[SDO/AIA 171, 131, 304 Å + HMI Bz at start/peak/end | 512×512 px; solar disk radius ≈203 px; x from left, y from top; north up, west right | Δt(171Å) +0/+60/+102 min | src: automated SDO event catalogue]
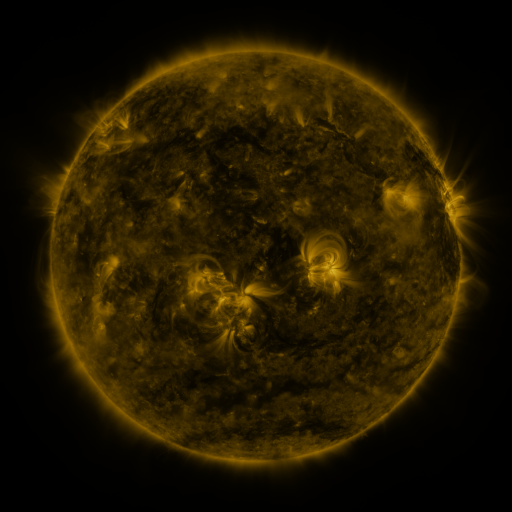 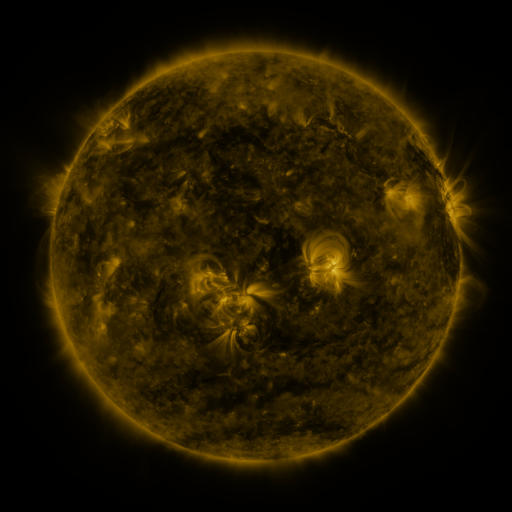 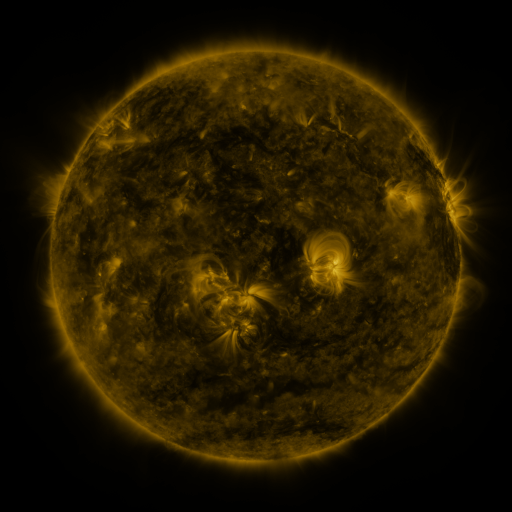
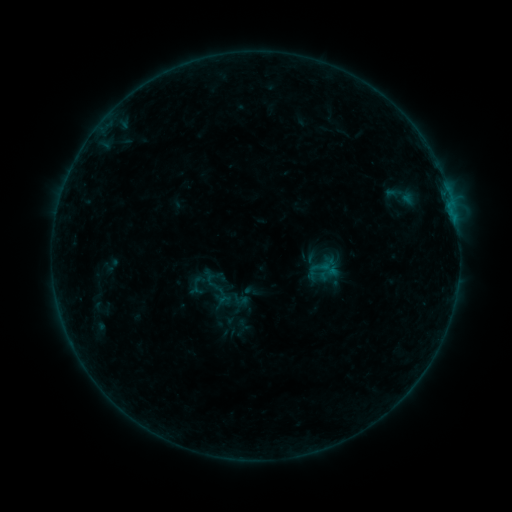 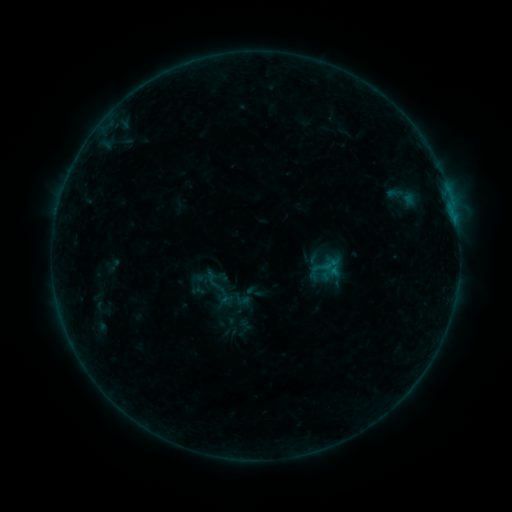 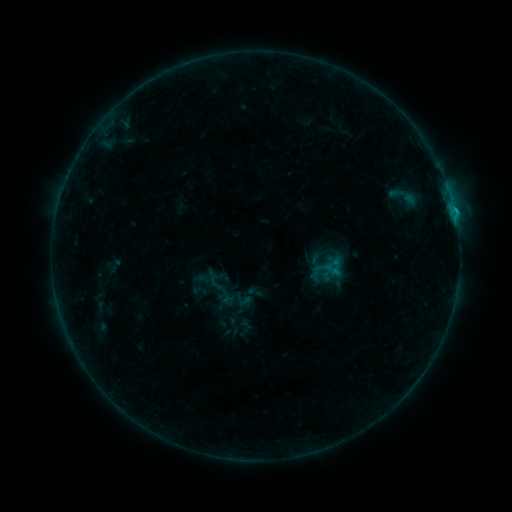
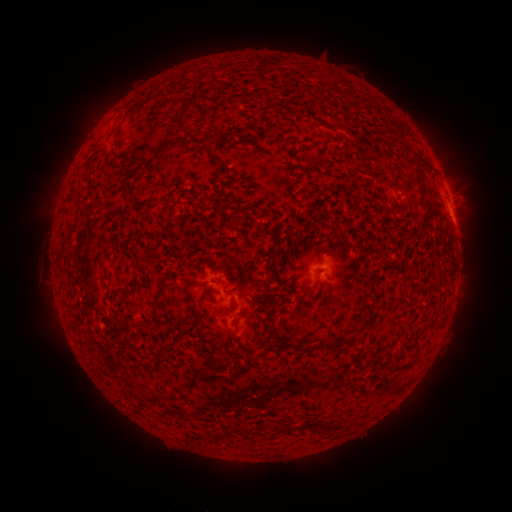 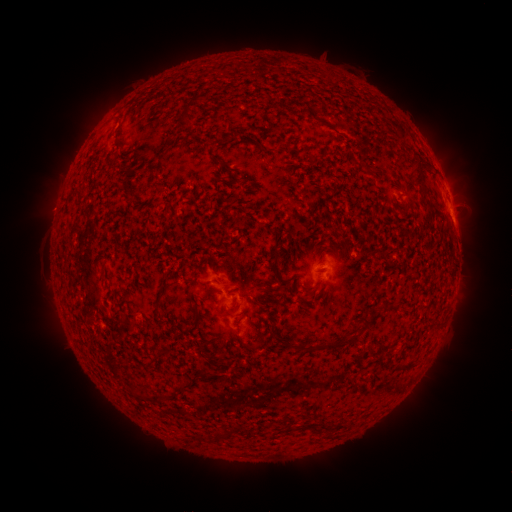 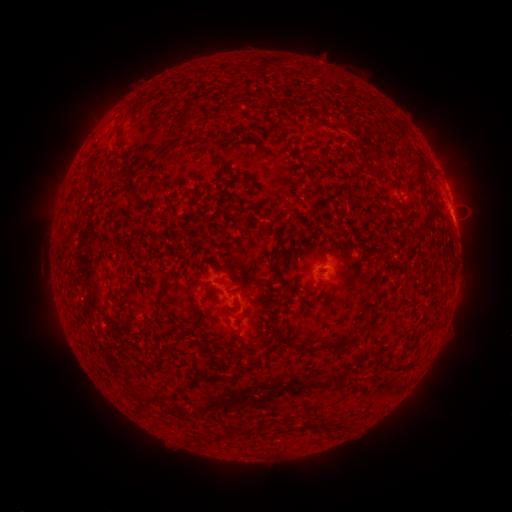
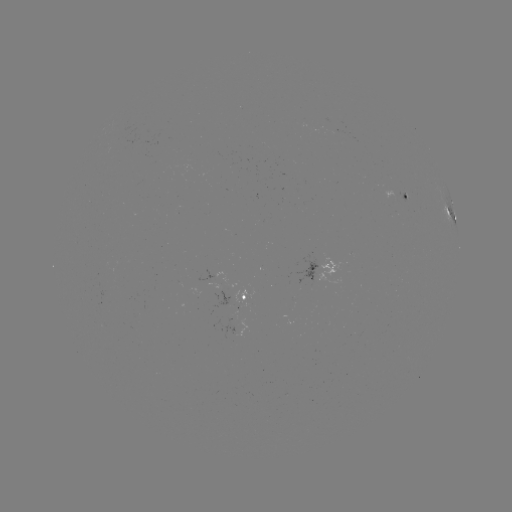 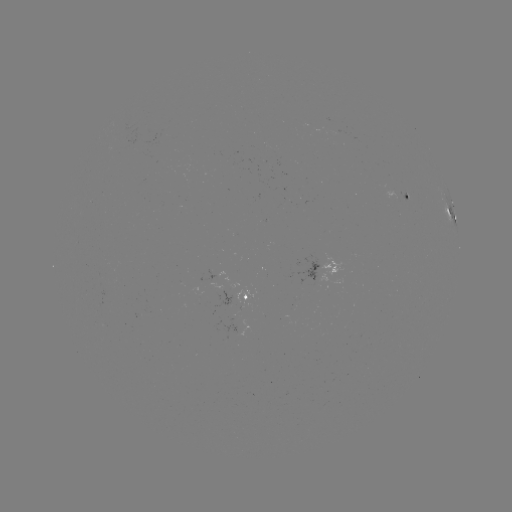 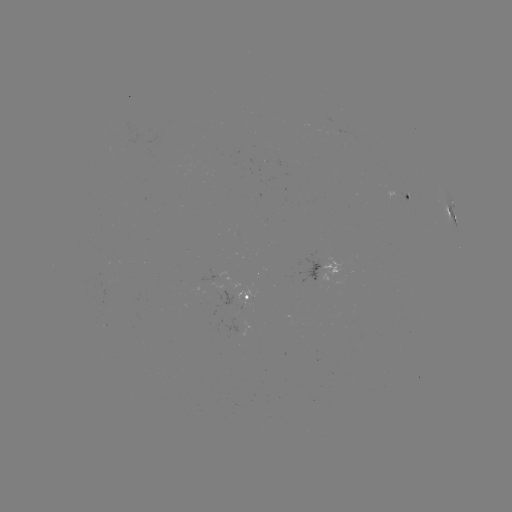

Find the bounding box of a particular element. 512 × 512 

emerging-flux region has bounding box [127, 325, 138, 332].